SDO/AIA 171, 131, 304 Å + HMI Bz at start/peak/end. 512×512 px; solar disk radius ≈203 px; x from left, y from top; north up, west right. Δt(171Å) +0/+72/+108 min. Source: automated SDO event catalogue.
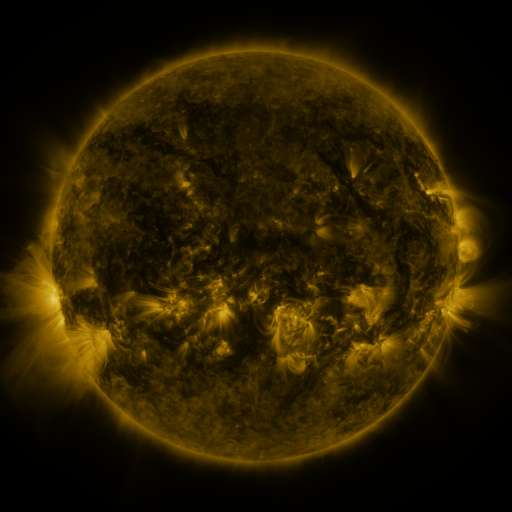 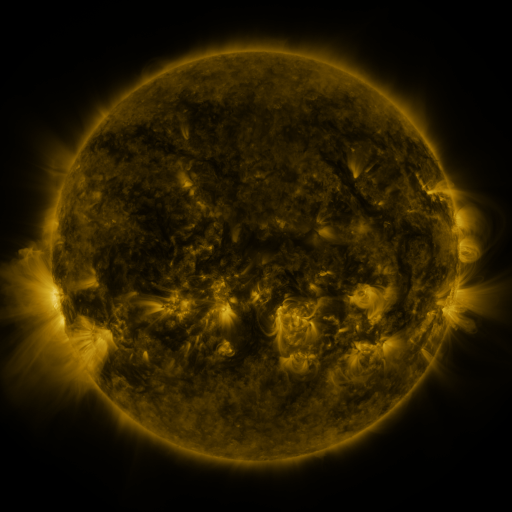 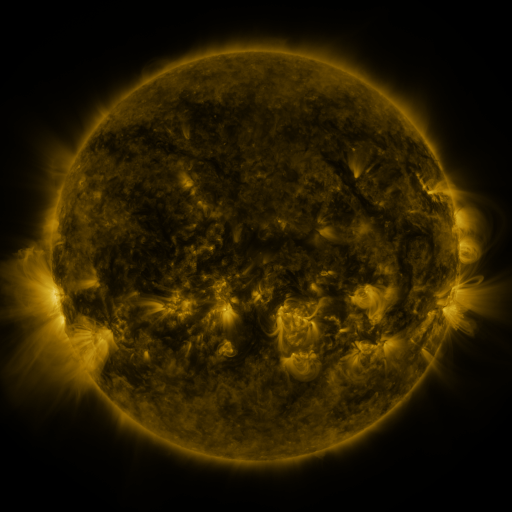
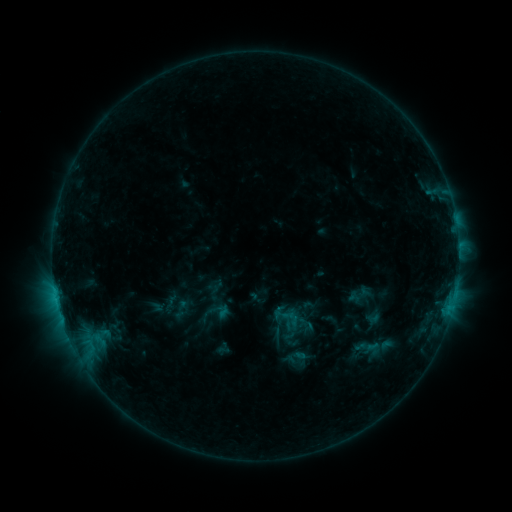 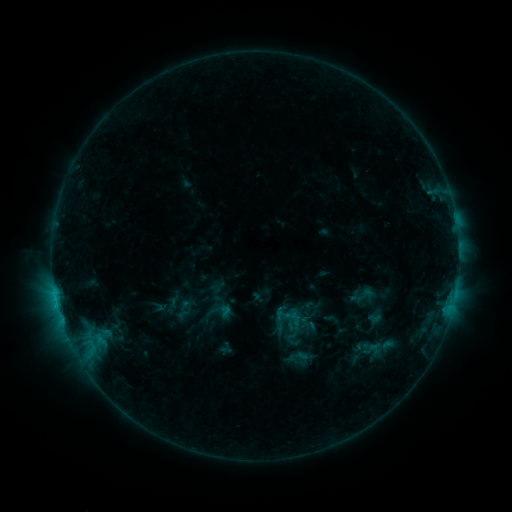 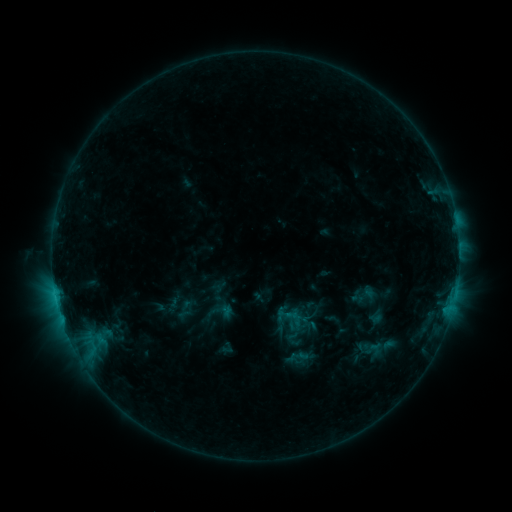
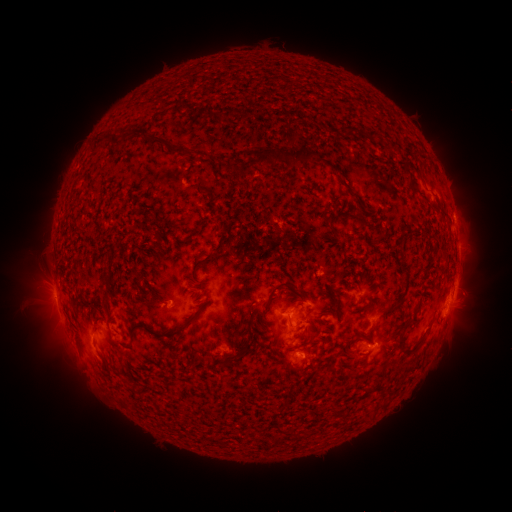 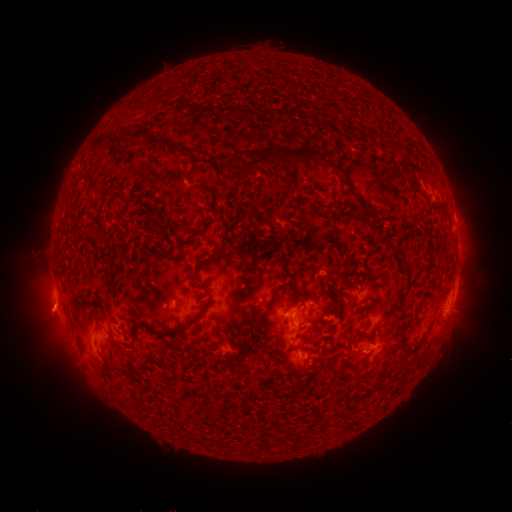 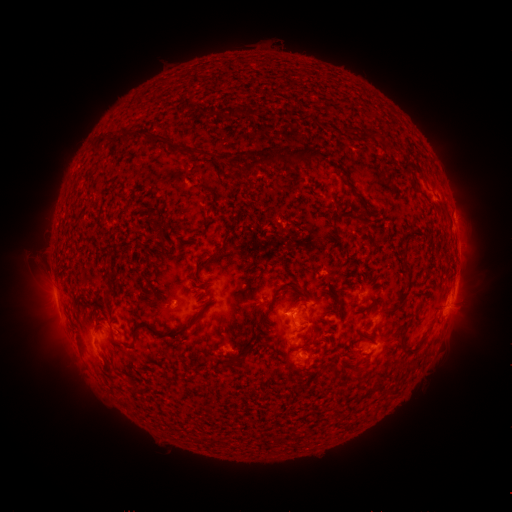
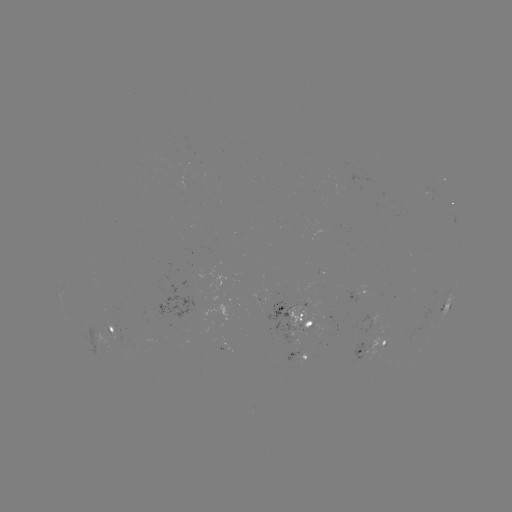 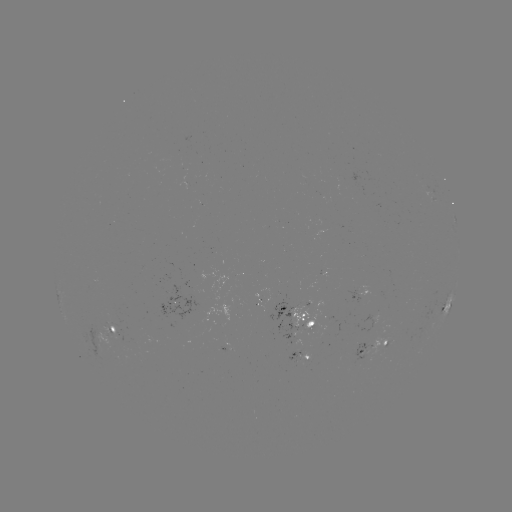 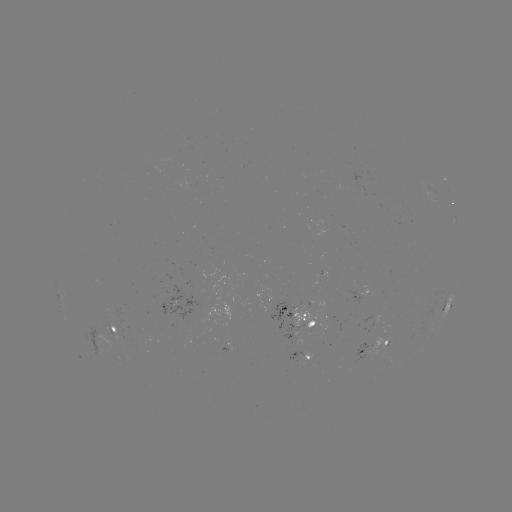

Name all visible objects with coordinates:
emerging-flux region: (326, 322)
